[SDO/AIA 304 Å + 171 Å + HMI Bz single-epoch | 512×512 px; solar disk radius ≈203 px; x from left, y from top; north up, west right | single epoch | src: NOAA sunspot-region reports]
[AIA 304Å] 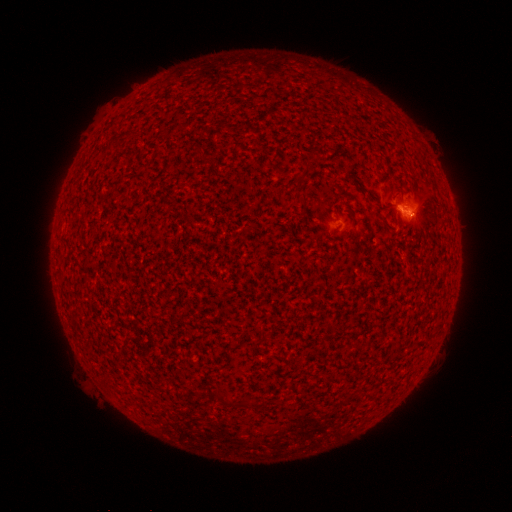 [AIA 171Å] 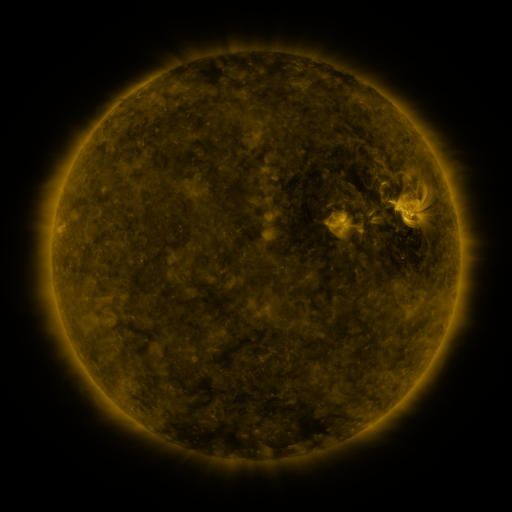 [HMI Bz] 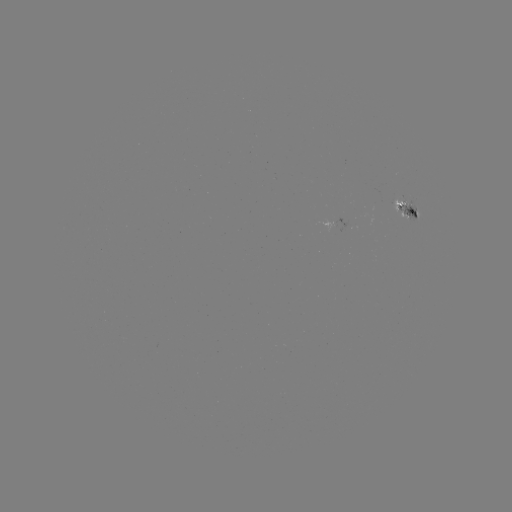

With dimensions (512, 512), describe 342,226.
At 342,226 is spotted active region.